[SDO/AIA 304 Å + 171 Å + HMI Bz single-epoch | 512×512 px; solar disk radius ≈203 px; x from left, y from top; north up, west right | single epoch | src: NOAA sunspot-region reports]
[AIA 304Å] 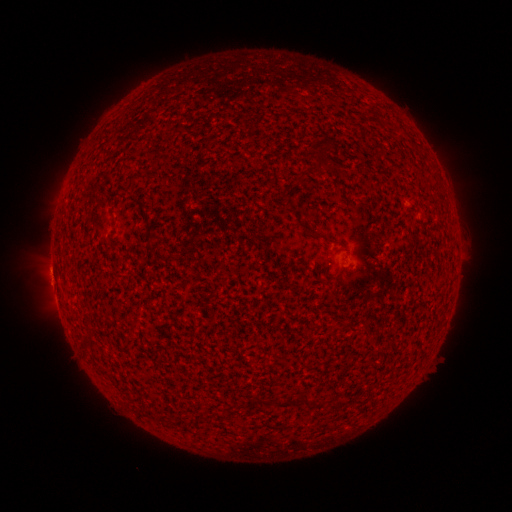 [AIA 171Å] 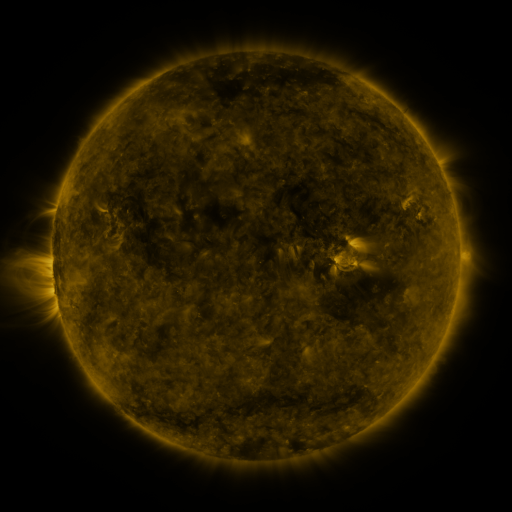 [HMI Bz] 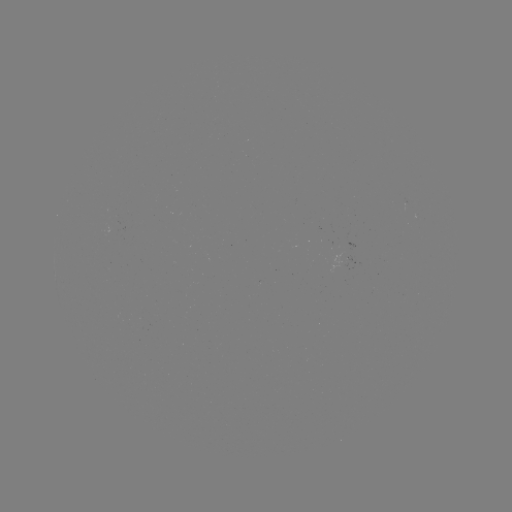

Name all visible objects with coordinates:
(none)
